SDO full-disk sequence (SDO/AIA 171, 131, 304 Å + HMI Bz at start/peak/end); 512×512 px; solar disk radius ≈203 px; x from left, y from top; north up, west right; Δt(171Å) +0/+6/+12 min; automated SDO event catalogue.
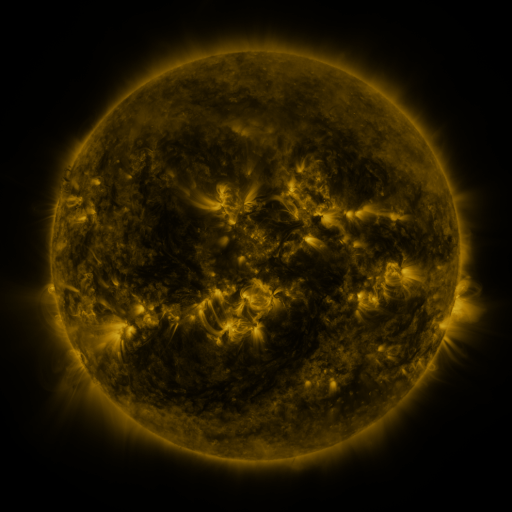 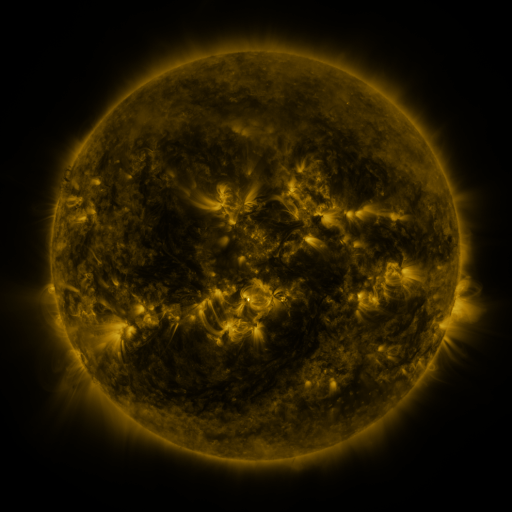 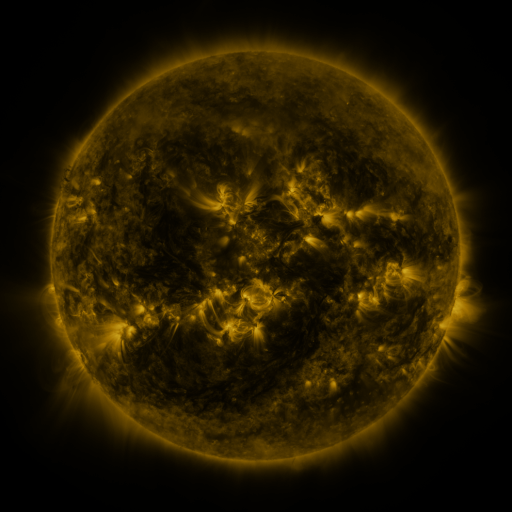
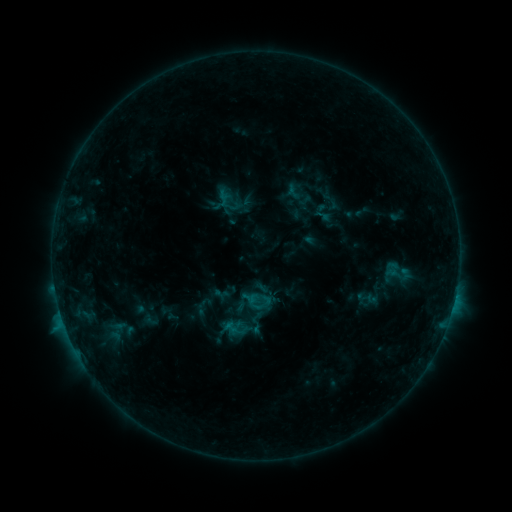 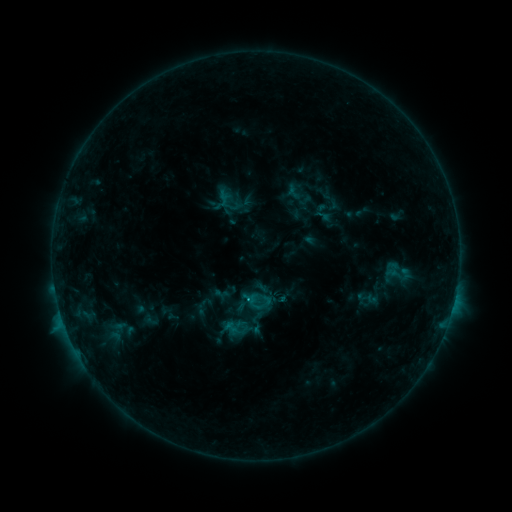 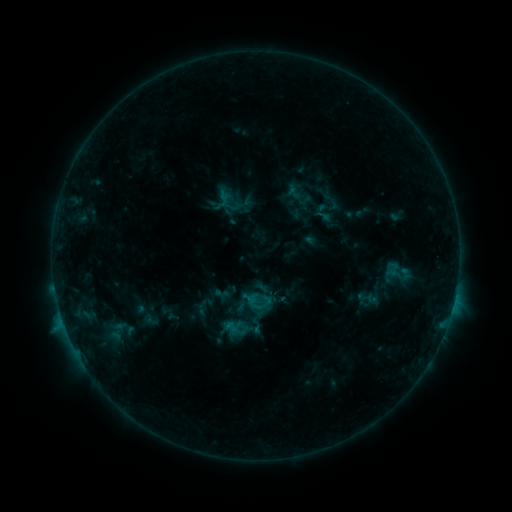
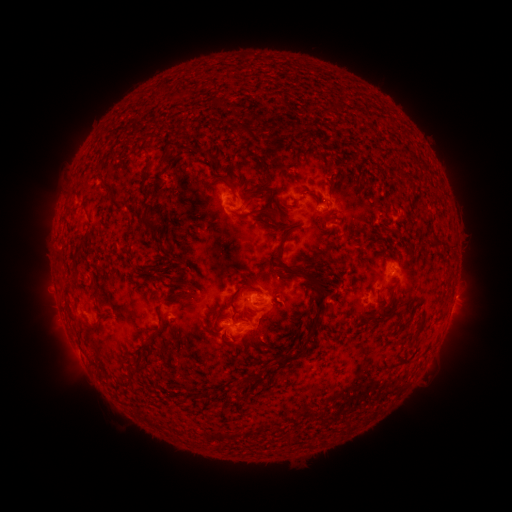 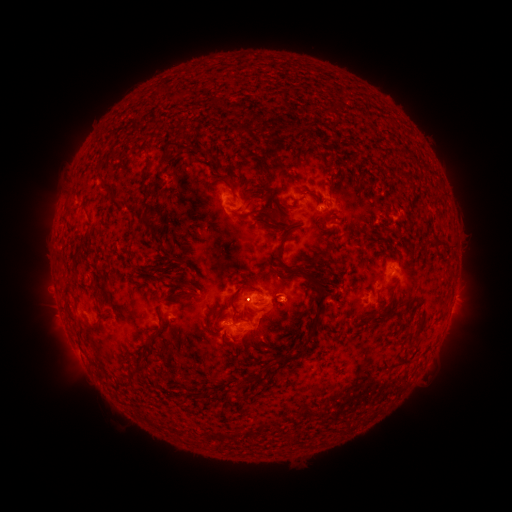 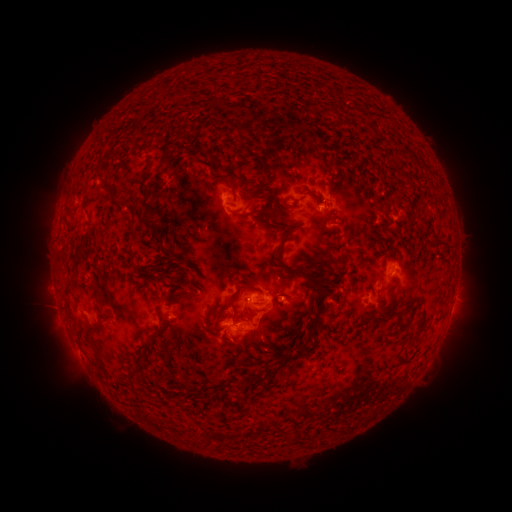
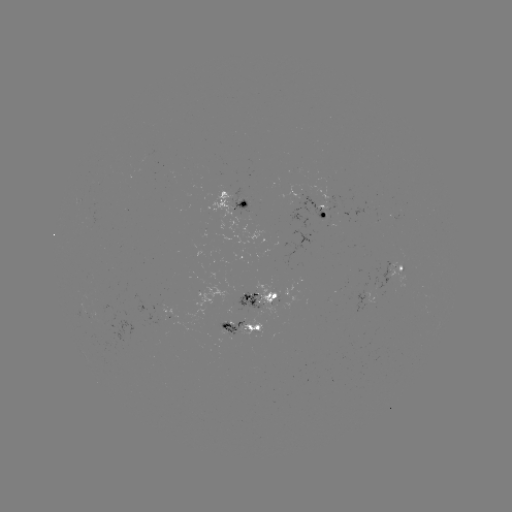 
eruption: (270, 277, 309, 319)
